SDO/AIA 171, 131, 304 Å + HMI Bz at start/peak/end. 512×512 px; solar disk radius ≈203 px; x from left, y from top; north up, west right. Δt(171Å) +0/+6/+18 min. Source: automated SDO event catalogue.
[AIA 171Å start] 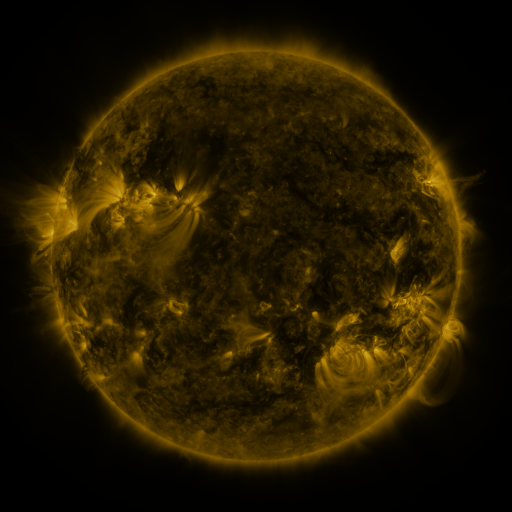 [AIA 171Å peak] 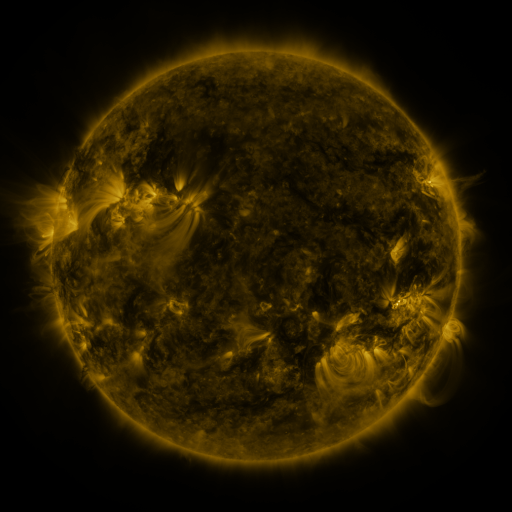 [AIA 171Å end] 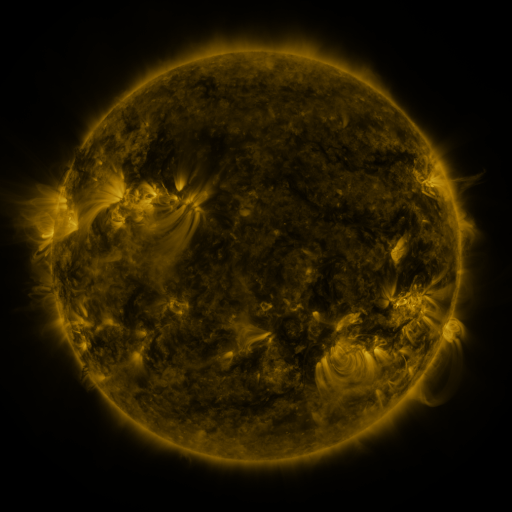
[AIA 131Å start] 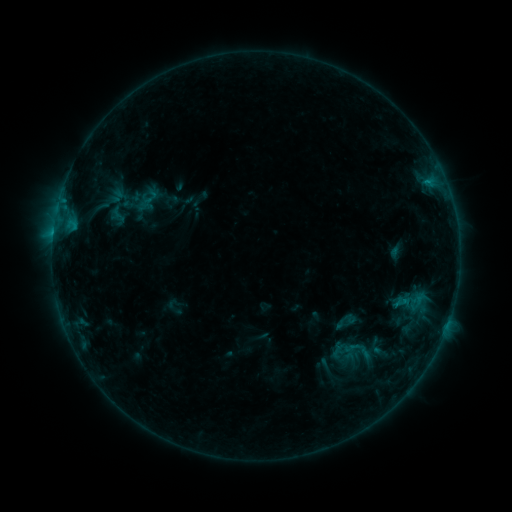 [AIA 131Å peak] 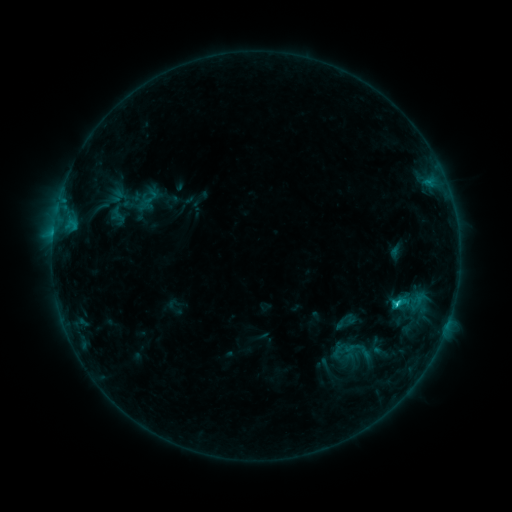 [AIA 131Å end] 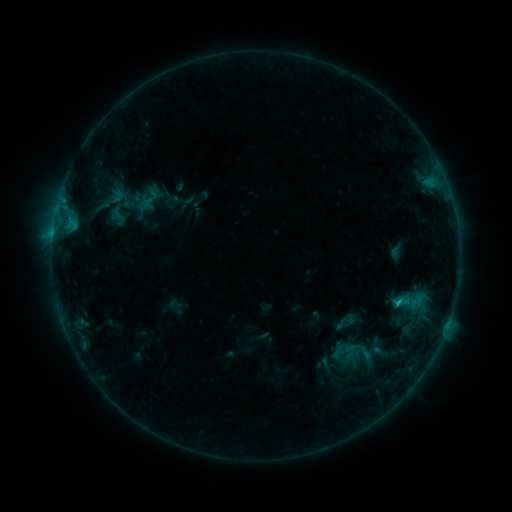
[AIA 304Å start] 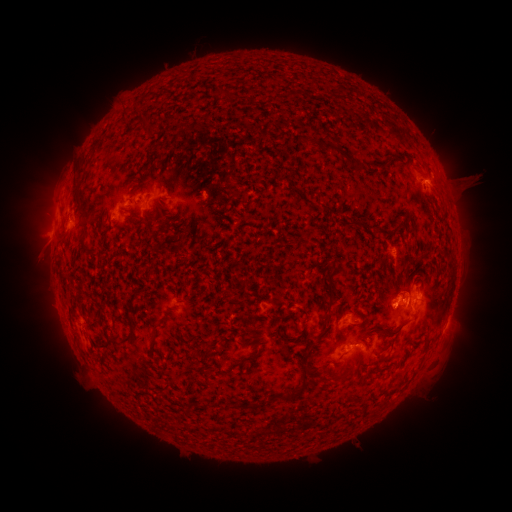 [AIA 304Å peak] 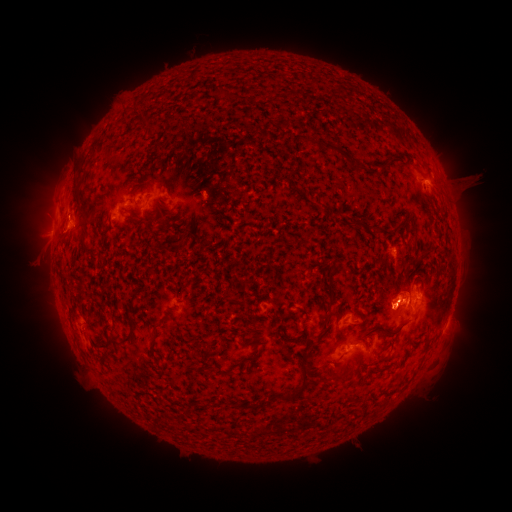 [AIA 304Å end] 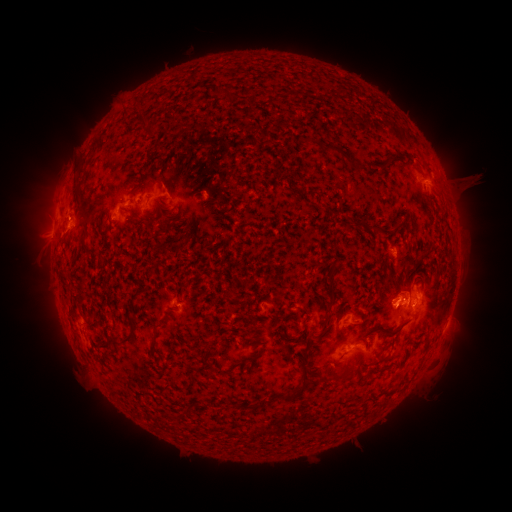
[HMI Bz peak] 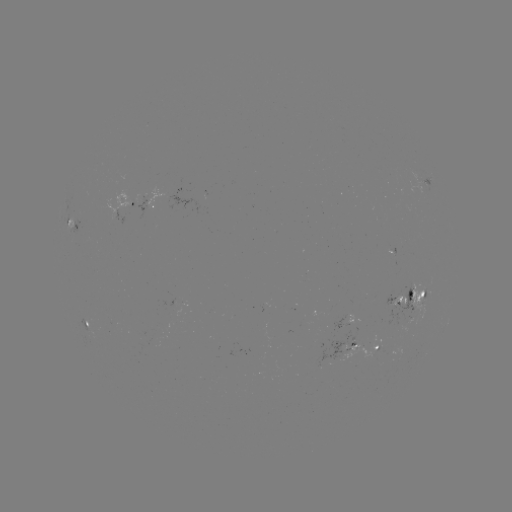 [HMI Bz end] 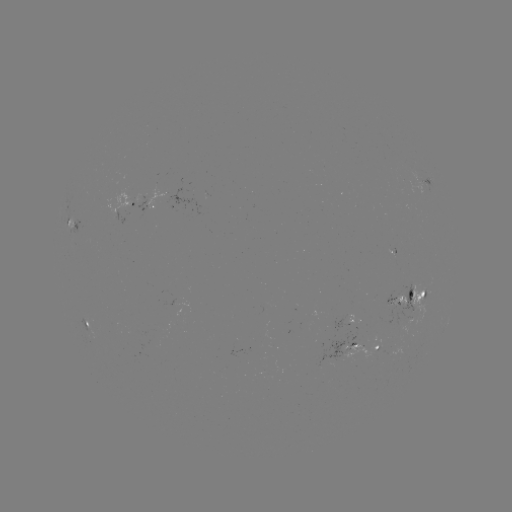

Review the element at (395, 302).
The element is C1.4 flare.